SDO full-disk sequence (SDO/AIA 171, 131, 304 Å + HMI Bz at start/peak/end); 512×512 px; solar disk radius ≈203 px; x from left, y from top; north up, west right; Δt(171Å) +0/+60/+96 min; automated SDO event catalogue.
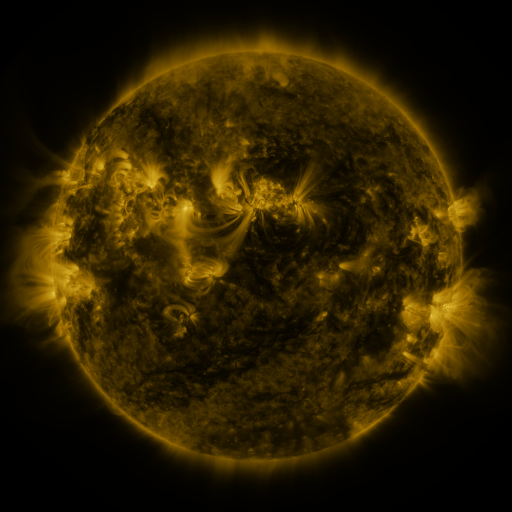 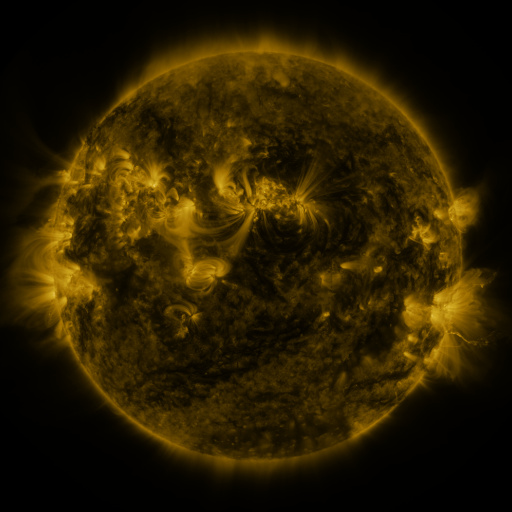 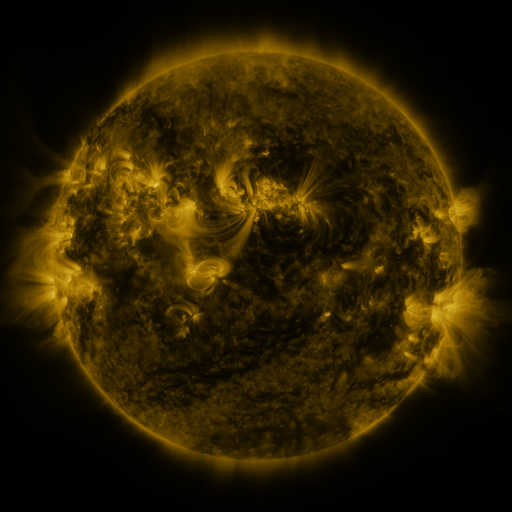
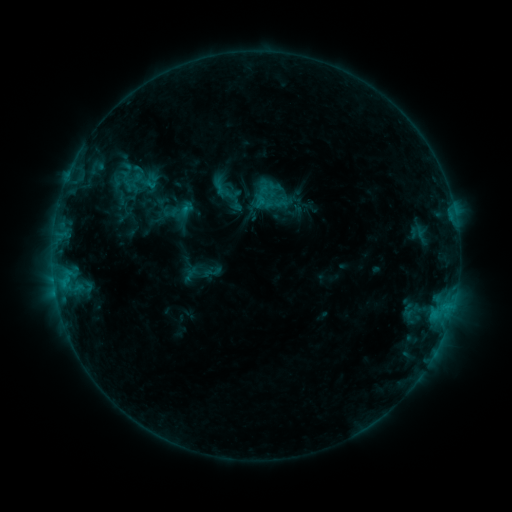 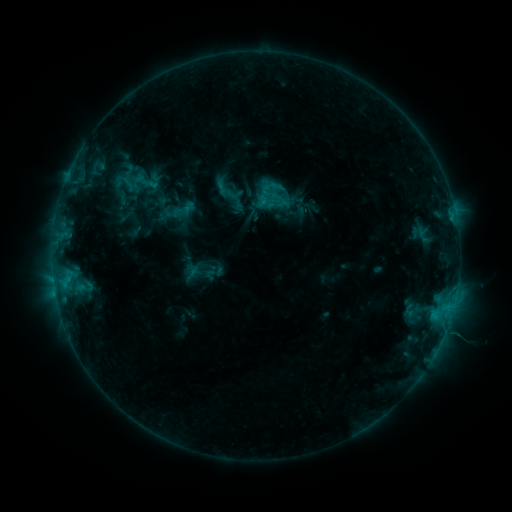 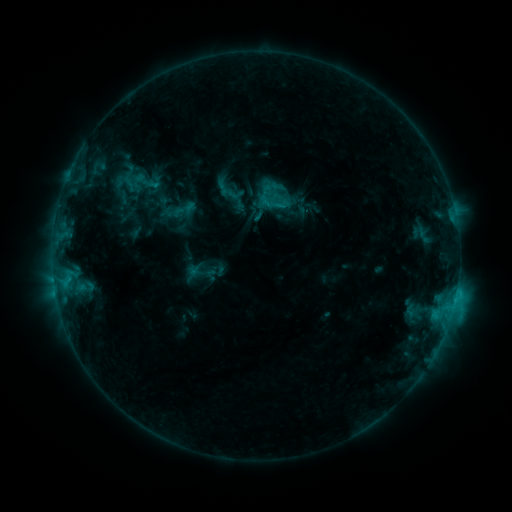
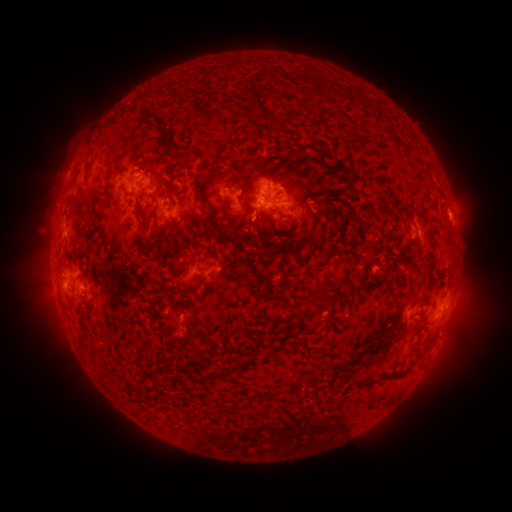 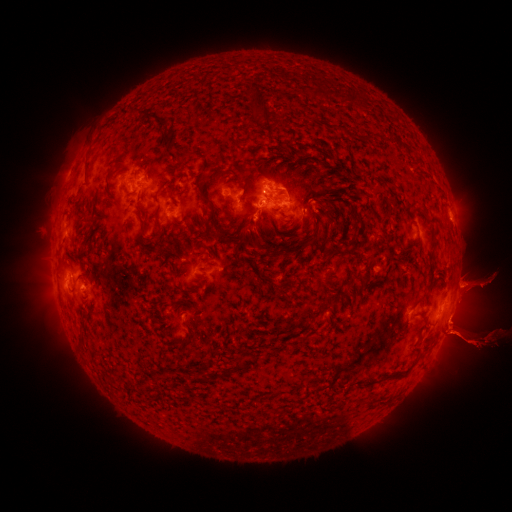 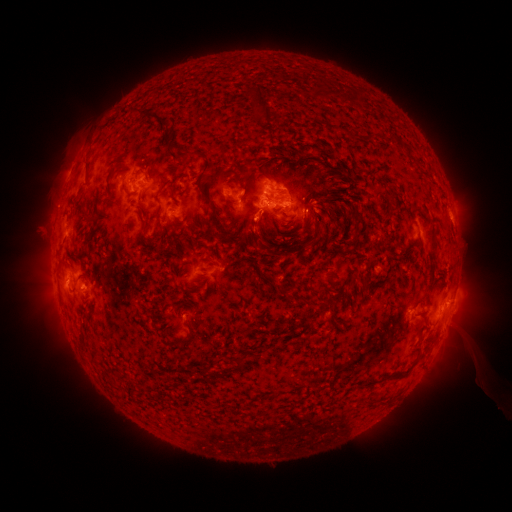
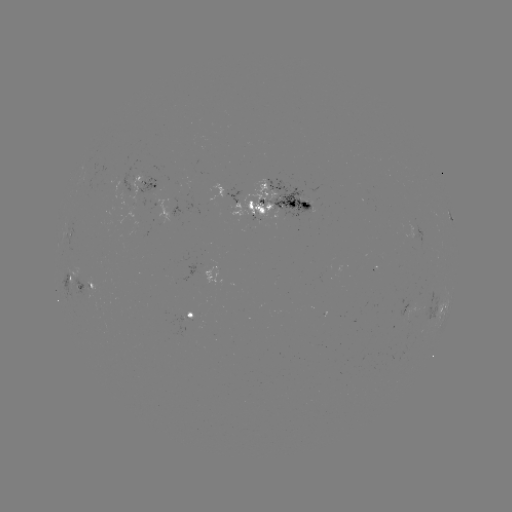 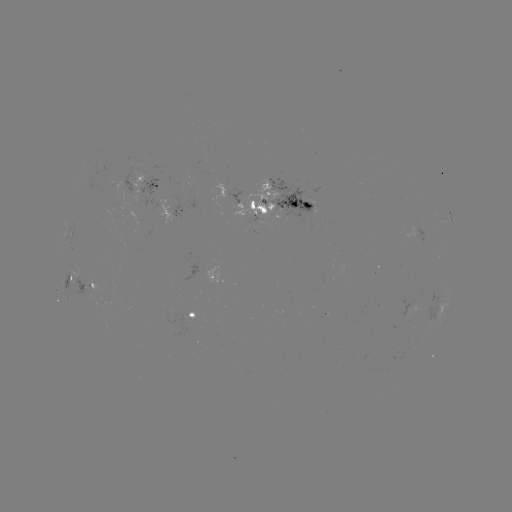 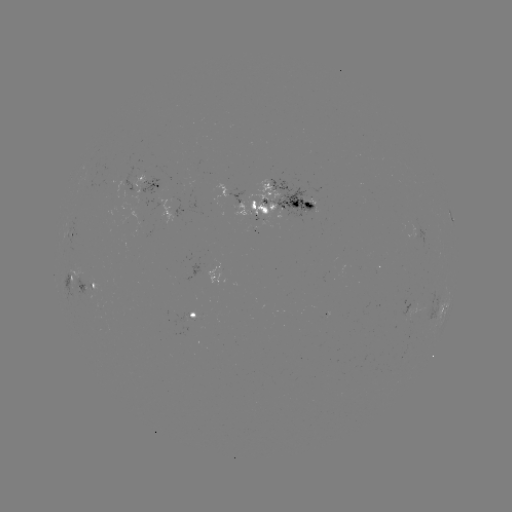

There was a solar emerging-flux region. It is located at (131, 176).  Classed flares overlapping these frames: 1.